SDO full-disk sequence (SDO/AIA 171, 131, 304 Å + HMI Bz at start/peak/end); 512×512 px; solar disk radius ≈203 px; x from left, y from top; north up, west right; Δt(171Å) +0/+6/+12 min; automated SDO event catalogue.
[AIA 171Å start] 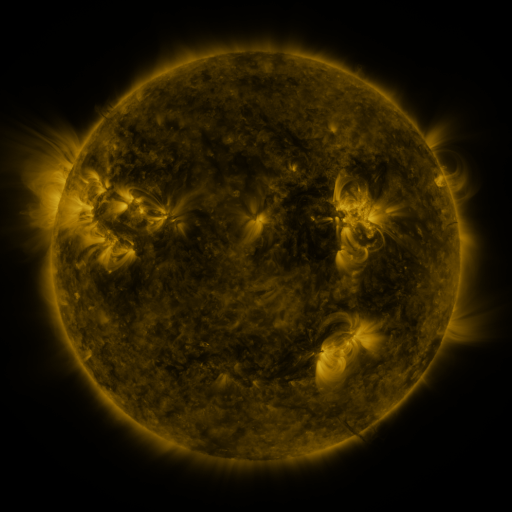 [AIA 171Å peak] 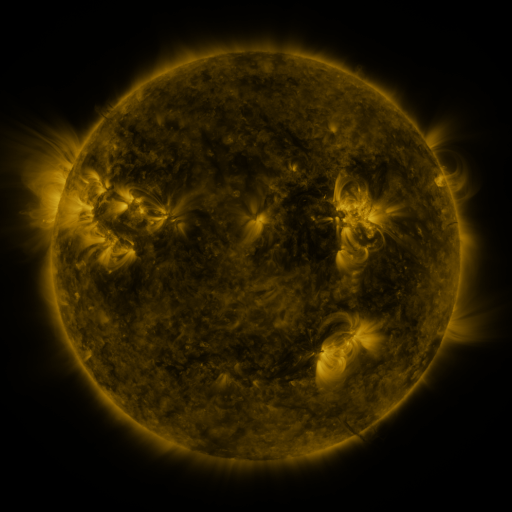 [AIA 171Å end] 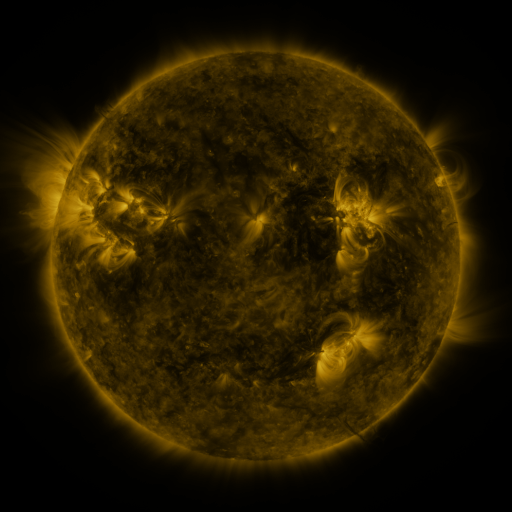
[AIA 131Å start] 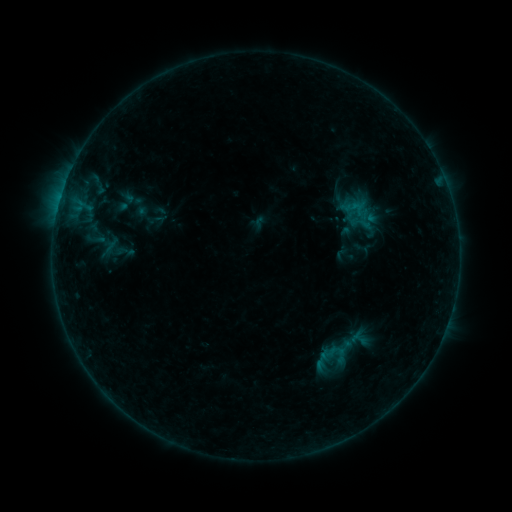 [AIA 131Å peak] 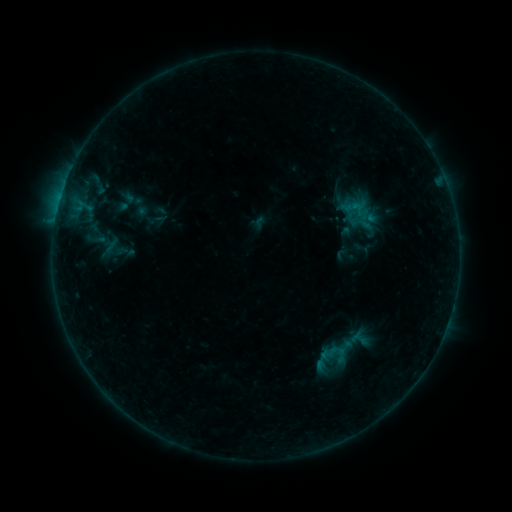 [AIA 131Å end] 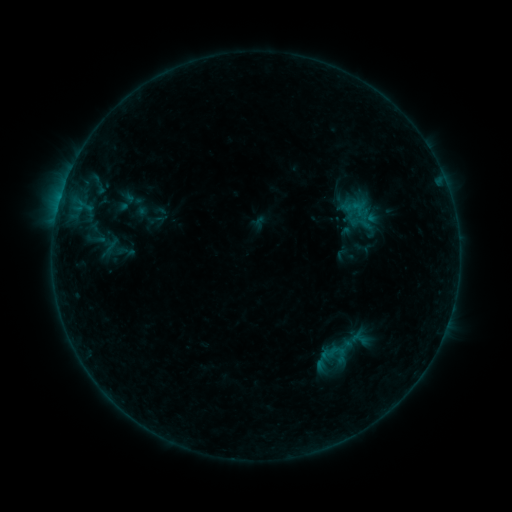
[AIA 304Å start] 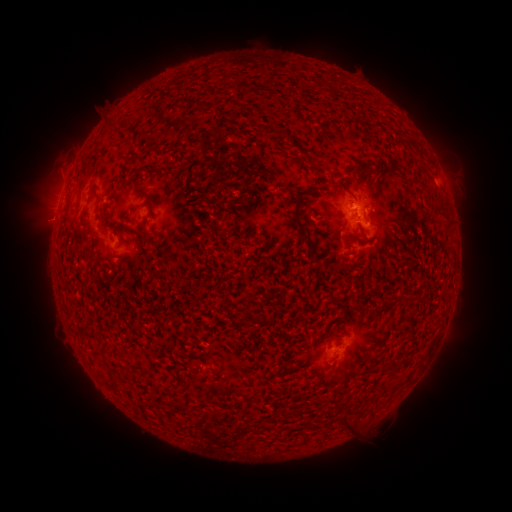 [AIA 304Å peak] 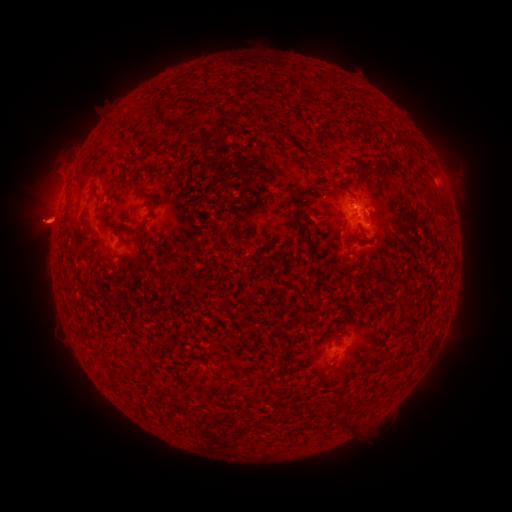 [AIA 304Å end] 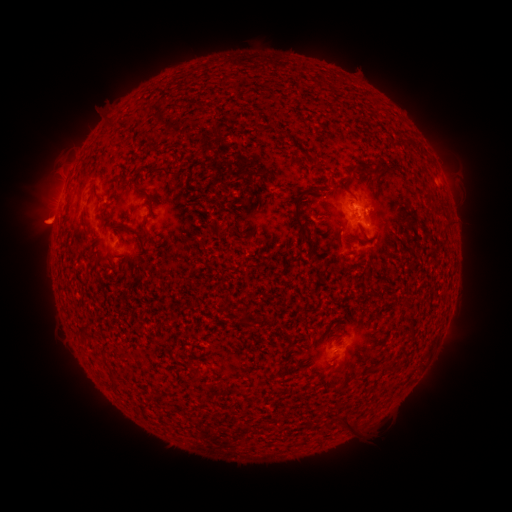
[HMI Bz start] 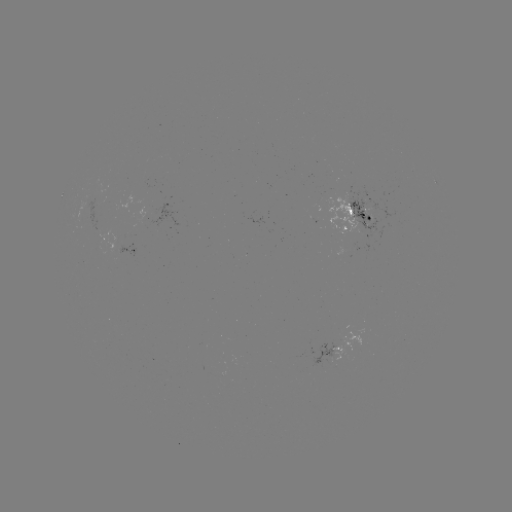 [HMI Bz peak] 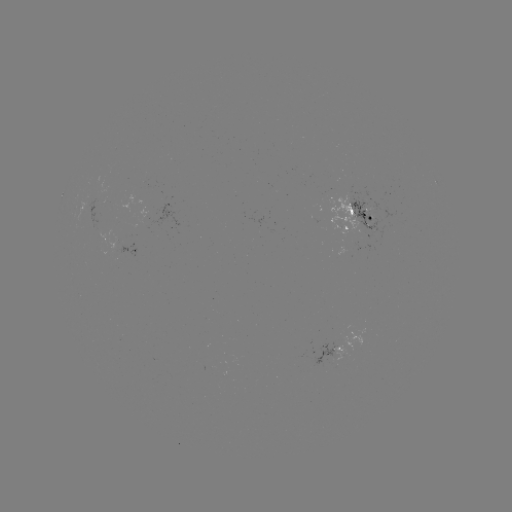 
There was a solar eruption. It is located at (44, 223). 